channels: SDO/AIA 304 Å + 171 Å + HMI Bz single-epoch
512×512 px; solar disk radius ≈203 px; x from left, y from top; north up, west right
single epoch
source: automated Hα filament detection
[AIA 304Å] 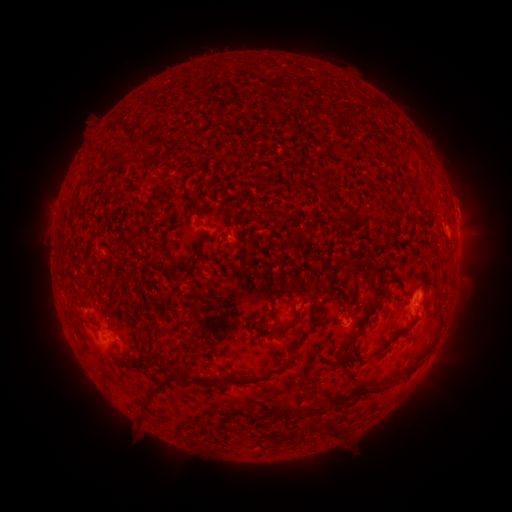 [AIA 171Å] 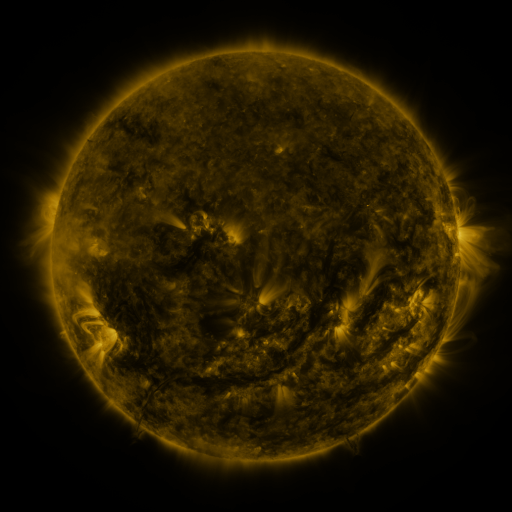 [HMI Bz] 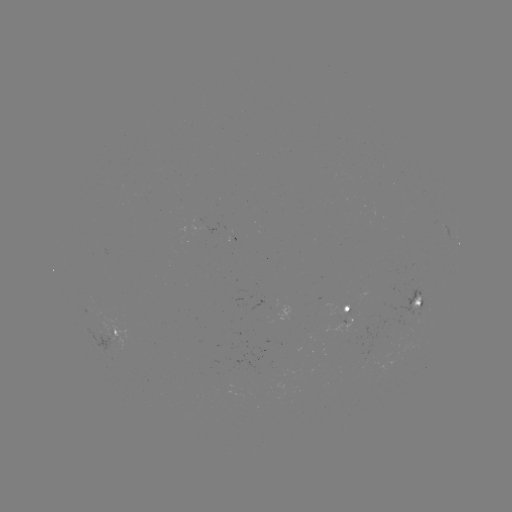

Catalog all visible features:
filament: (348, 112, 356, 123)
filament: (132, 123, 142, 131)
filament: (294, 279, 305, 291)
filament: (354, 310, 373, 331)
filament: (258, 319, 294, 337)
filament: (408, 319, 418, 327)
filament: (392, 332, 403, 338)
filament: (332, 334, 357, 374)
filament: (395, 366, 415, 377)
filament: (138, 372, 178, 412)
filament: (230, 375, 261, 385)
filament: (327, 386, 369, 407)
